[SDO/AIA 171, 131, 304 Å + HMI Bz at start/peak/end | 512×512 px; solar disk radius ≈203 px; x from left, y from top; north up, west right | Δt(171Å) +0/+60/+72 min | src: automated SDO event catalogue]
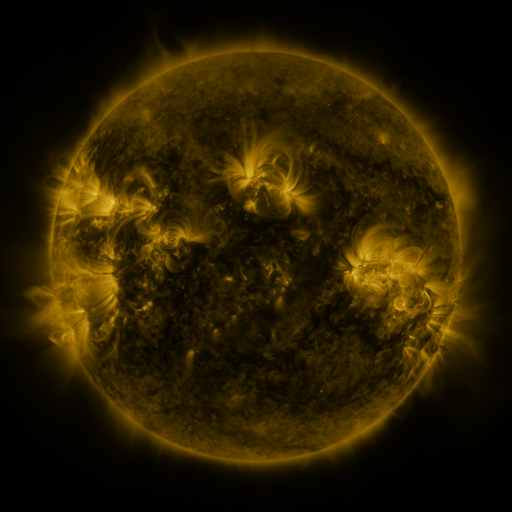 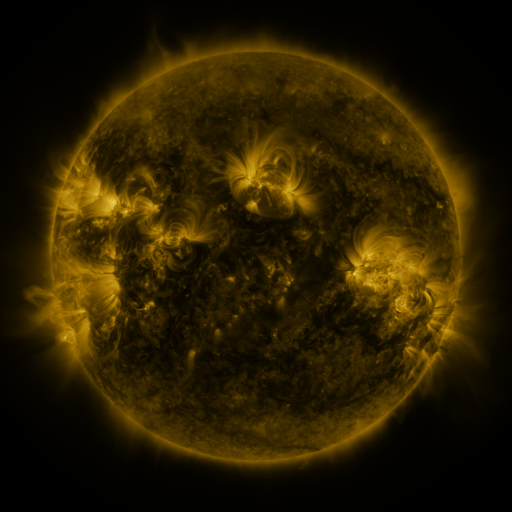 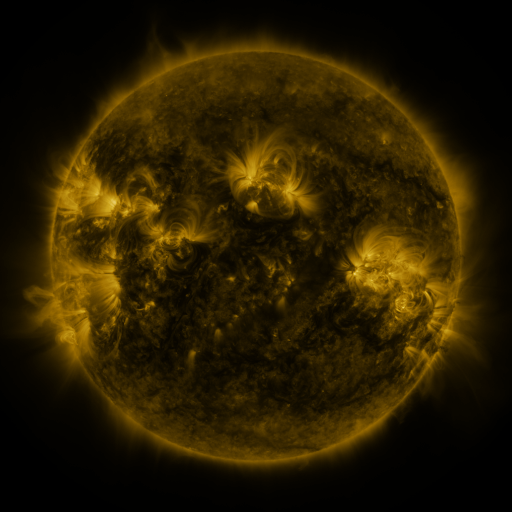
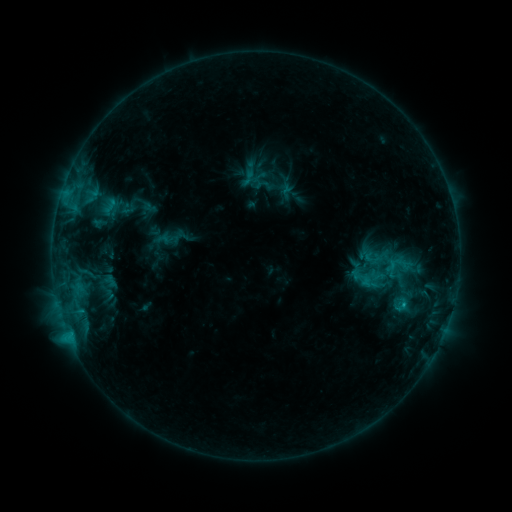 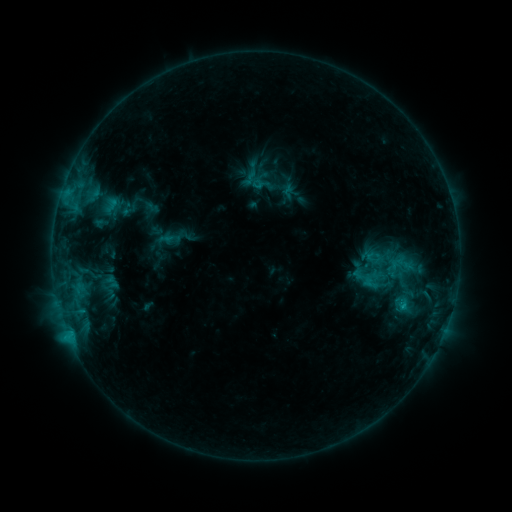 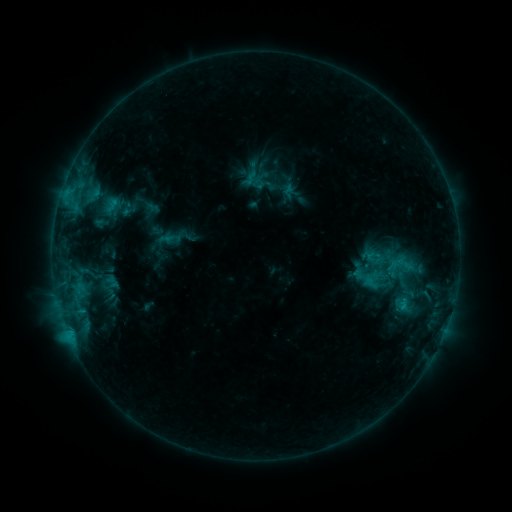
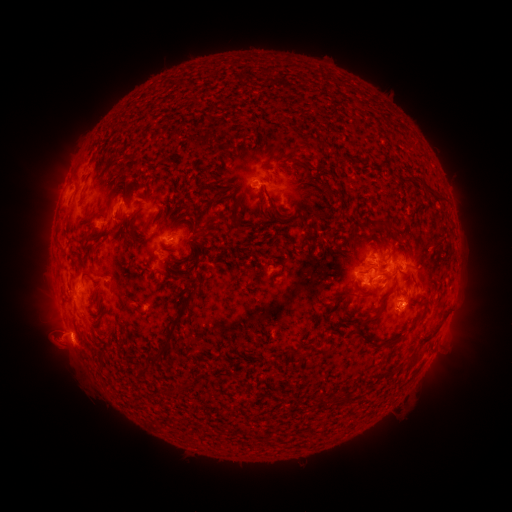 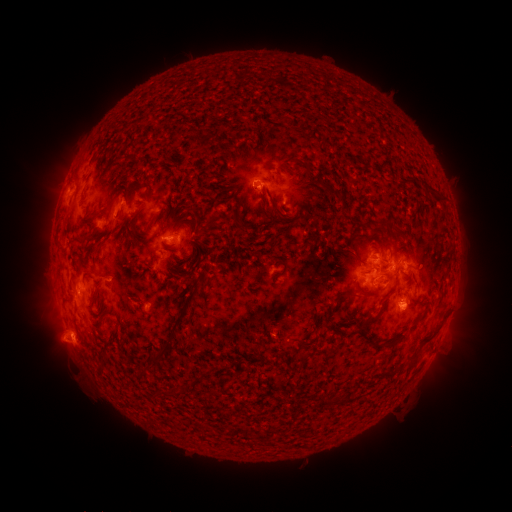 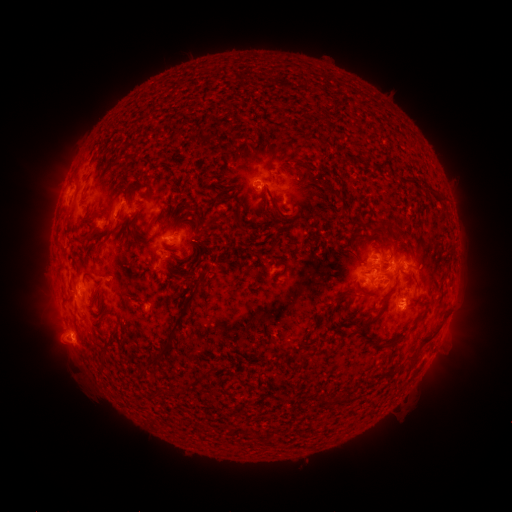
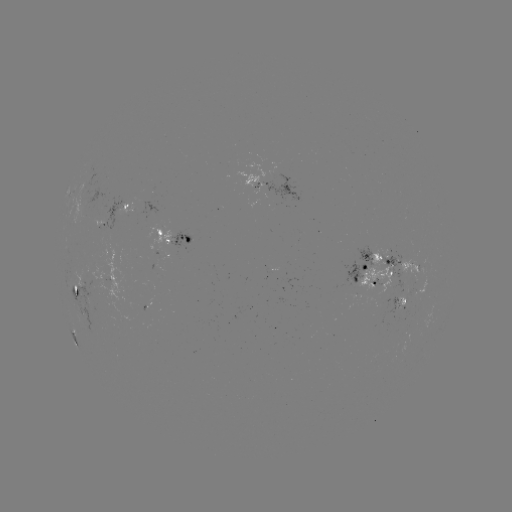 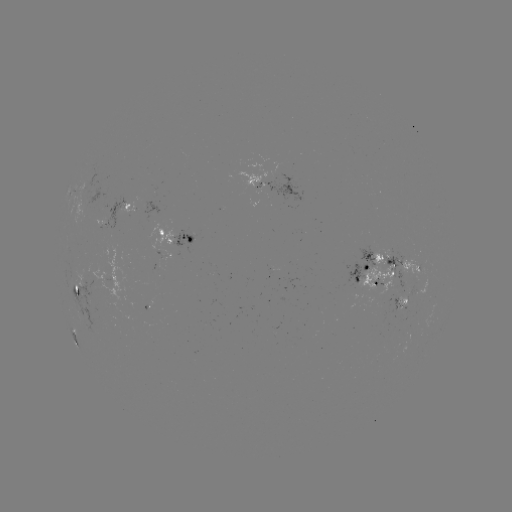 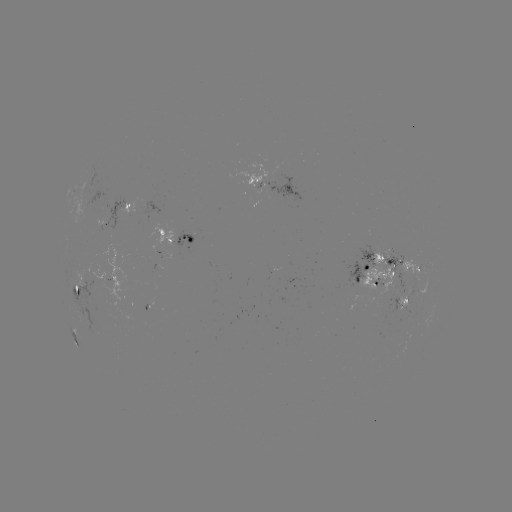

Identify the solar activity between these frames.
emerging-flux region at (404, 295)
